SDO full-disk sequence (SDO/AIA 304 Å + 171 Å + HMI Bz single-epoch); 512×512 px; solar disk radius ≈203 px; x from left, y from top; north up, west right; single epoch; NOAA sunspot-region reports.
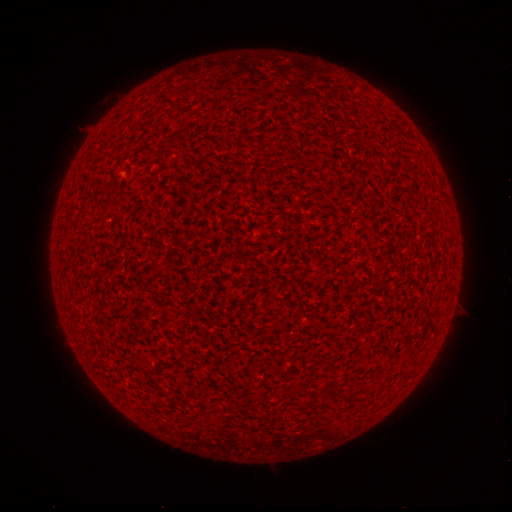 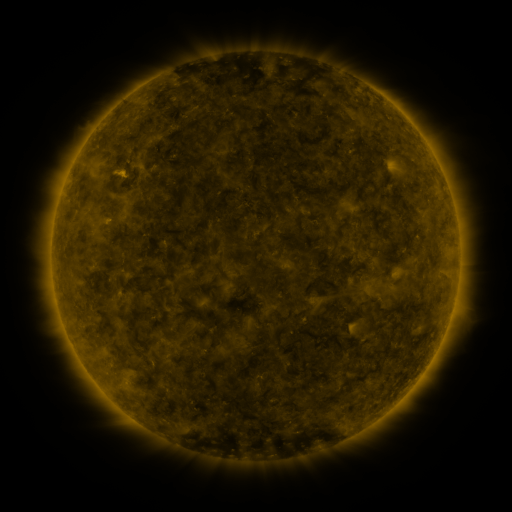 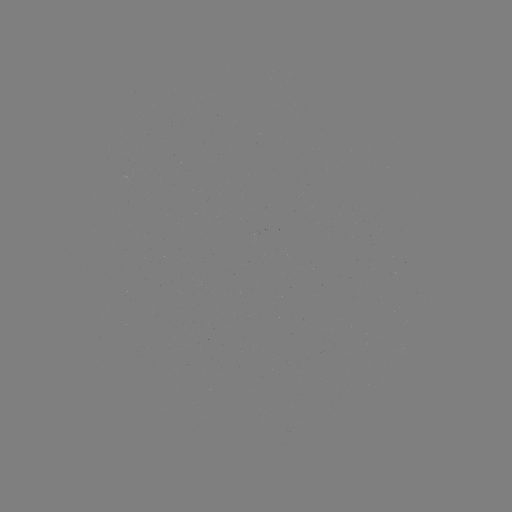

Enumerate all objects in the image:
(none)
